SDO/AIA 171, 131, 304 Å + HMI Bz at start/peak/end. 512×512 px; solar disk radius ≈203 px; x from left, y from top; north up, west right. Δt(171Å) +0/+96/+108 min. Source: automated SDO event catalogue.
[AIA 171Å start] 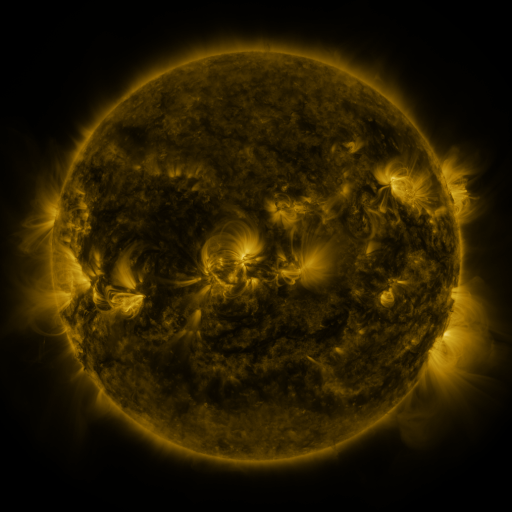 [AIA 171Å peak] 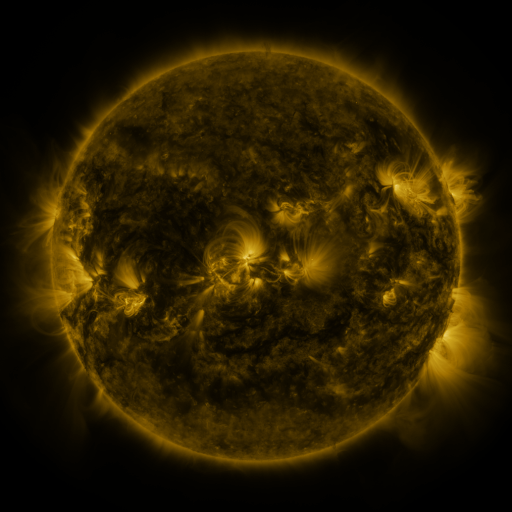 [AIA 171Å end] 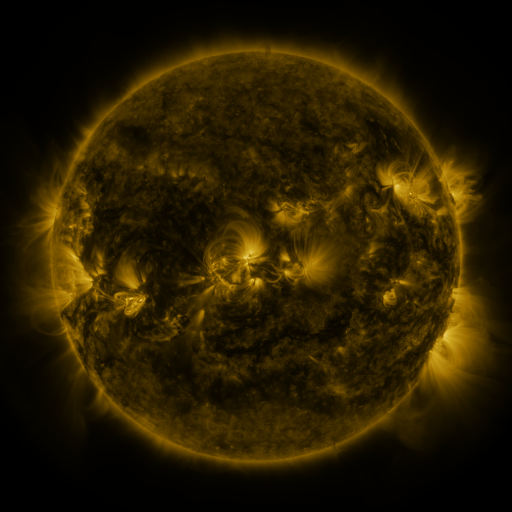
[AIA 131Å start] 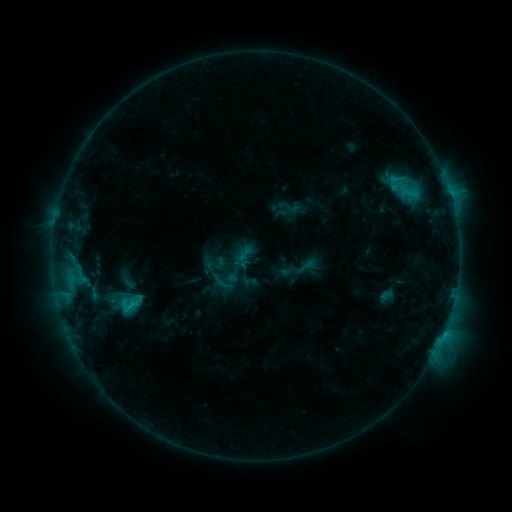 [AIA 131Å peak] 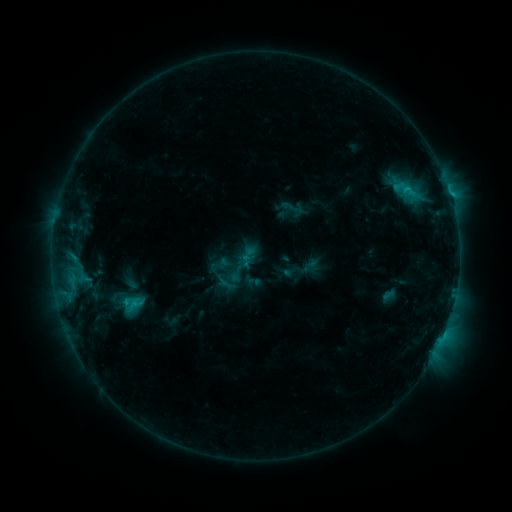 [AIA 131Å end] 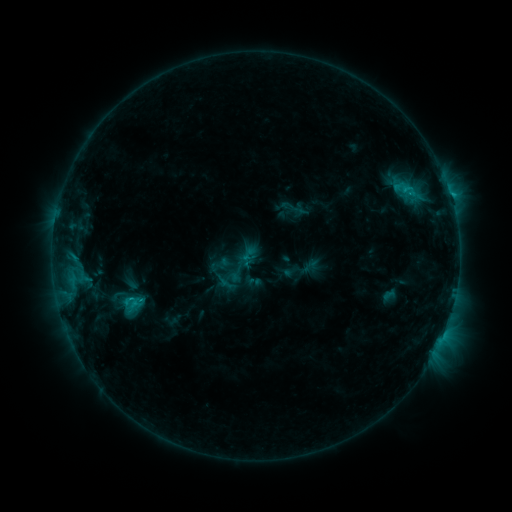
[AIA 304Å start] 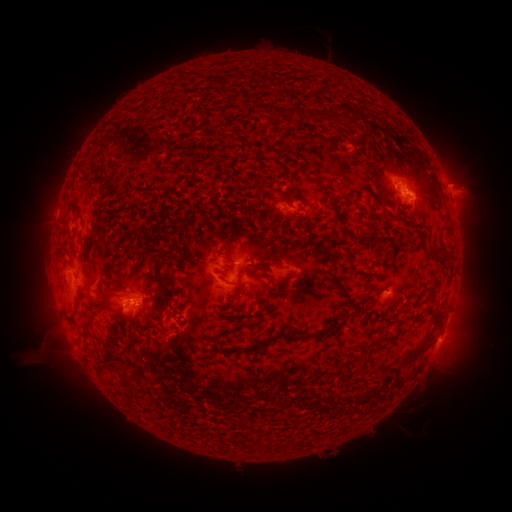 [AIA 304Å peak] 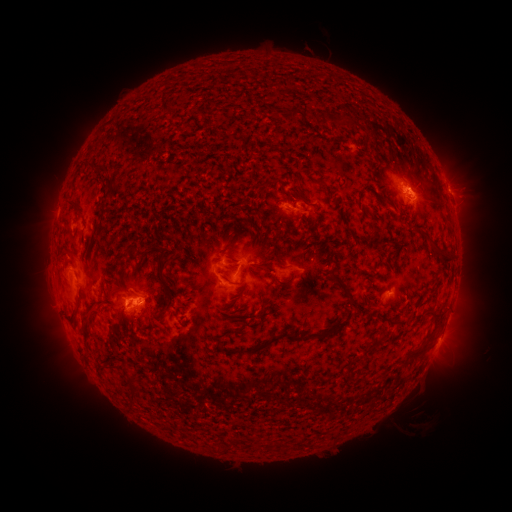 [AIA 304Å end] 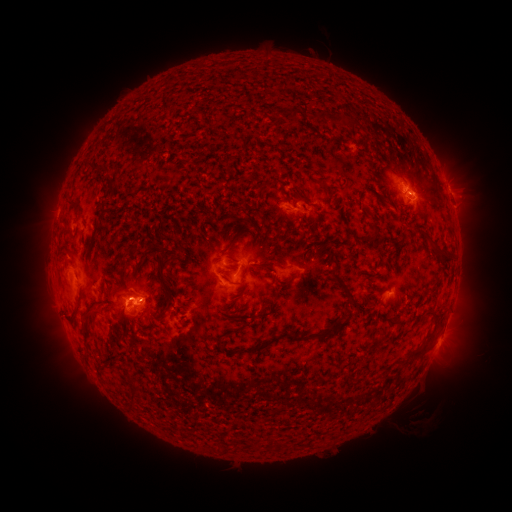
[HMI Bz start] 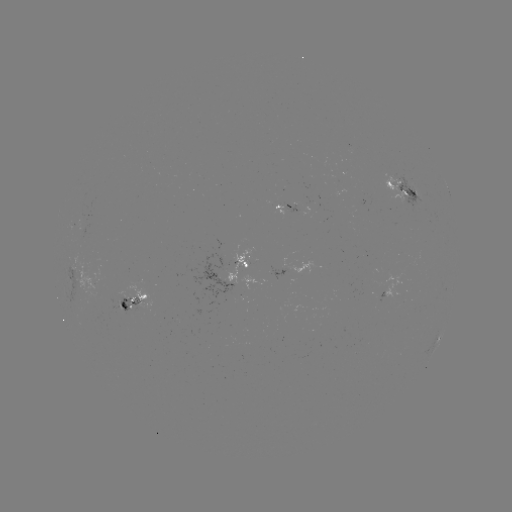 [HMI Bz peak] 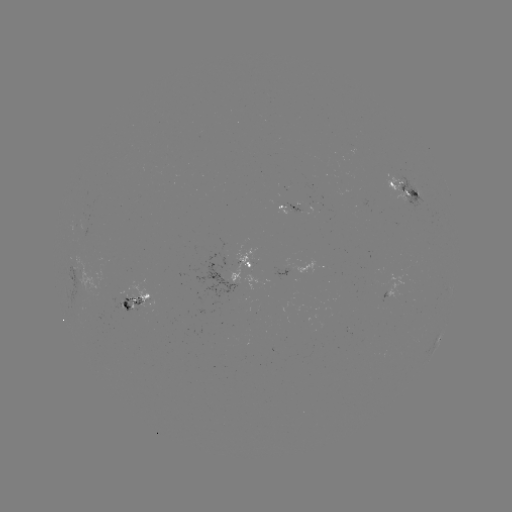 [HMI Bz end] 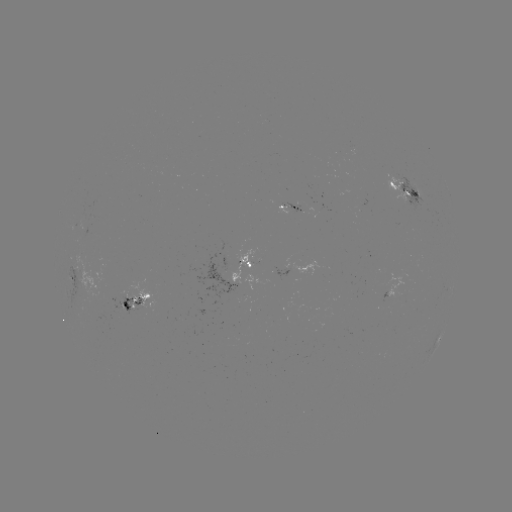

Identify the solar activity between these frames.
emerging-flux region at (291, 207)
